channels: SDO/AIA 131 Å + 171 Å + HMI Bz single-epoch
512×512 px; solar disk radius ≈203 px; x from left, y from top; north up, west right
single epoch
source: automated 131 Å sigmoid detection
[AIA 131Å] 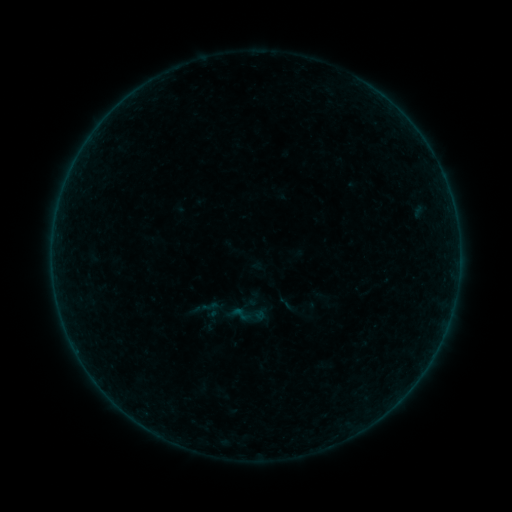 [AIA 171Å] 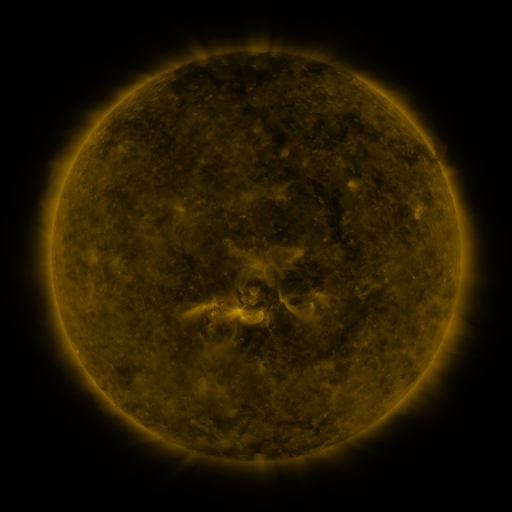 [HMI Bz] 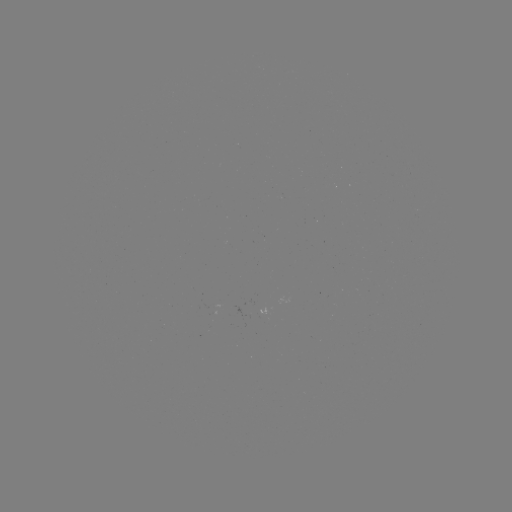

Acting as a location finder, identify sigmoid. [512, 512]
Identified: (247, 315).